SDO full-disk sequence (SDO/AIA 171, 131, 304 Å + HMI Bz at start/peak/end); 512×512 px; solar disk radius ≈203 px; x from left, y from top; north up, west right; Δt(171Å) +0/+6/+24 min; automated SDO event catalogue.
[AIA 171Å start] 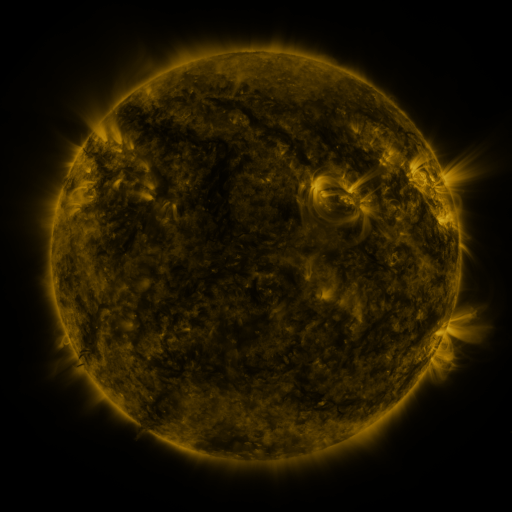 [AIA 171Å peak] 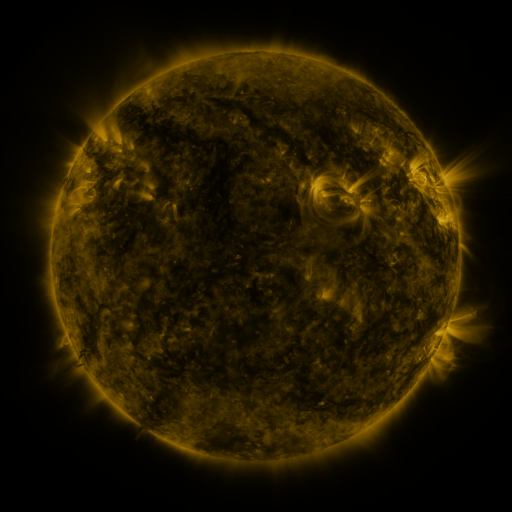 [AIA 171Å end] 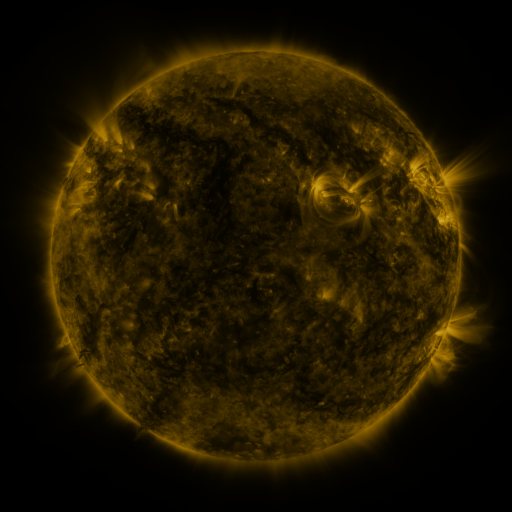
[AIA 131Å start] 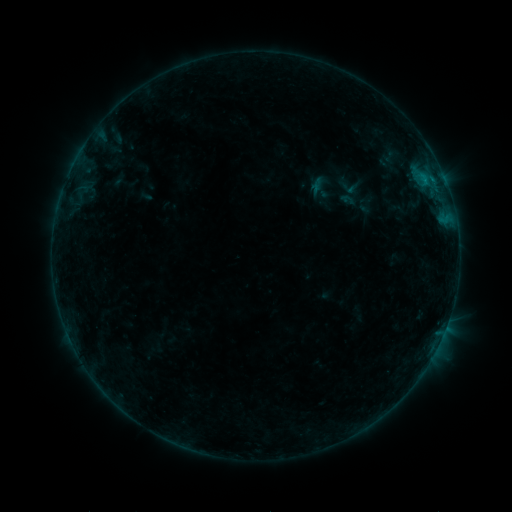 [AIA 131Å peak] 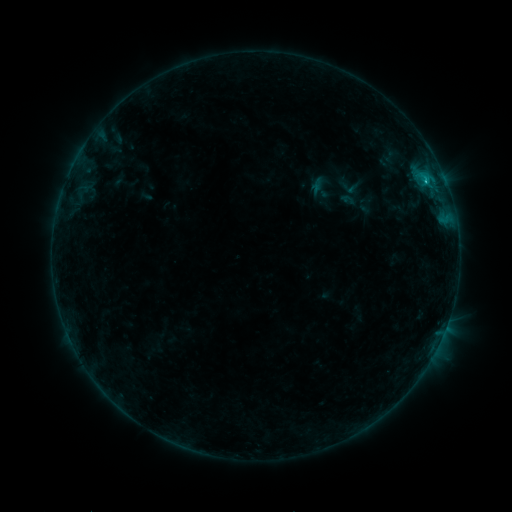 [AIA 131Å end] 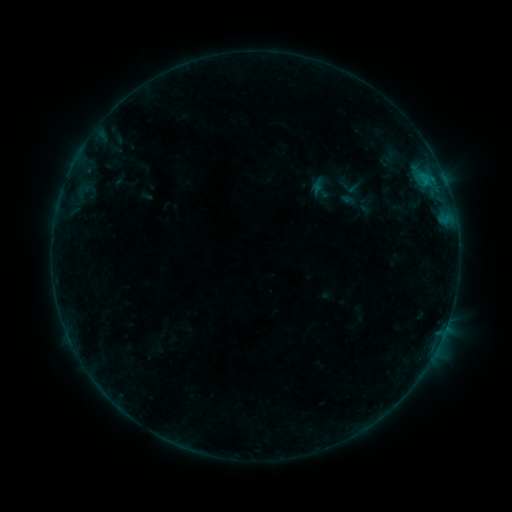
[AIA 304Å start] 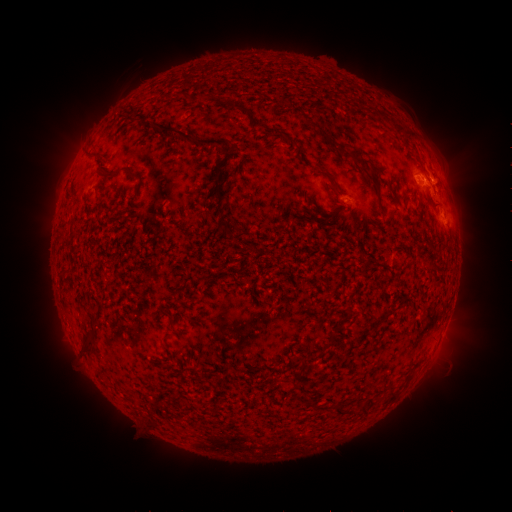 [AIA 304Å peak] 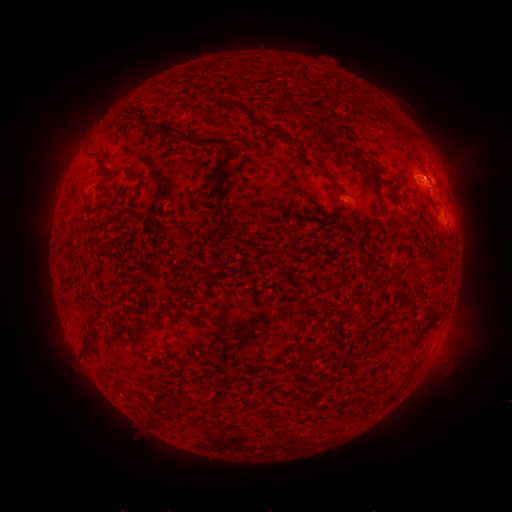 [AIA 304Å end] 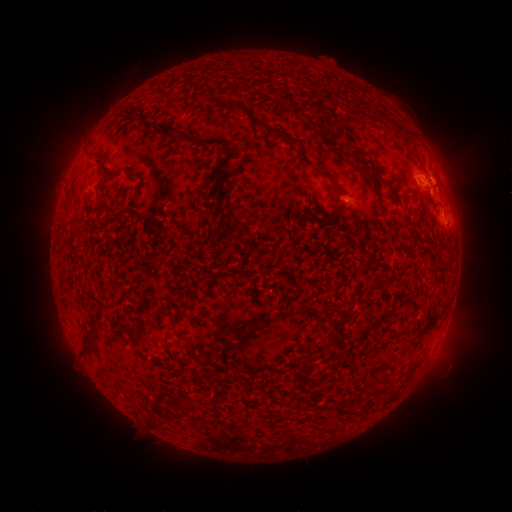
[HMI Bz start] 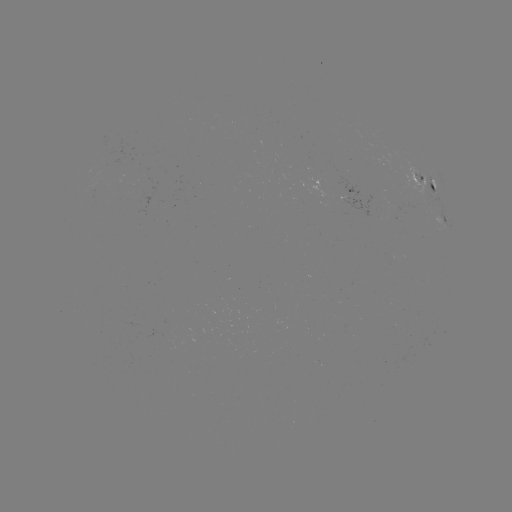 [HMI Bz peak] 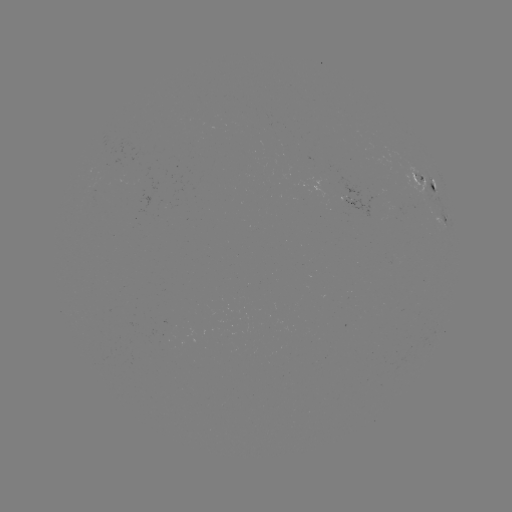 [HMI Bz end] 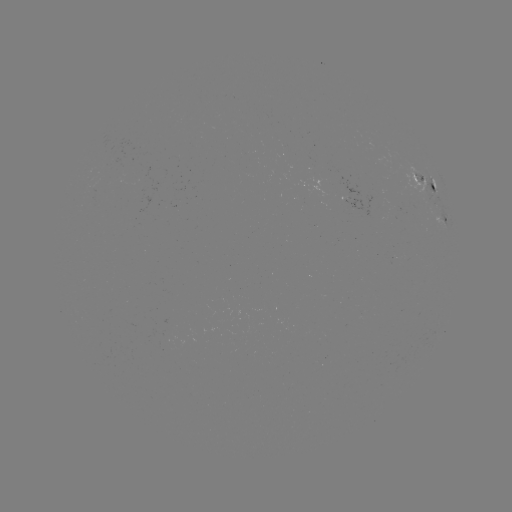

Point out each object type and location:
B6.6 flare: (426, 183)
